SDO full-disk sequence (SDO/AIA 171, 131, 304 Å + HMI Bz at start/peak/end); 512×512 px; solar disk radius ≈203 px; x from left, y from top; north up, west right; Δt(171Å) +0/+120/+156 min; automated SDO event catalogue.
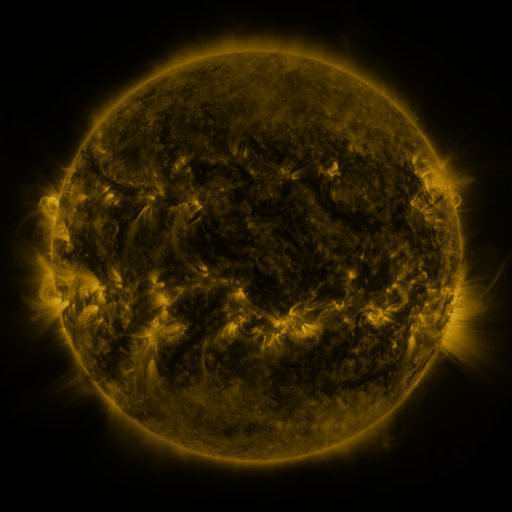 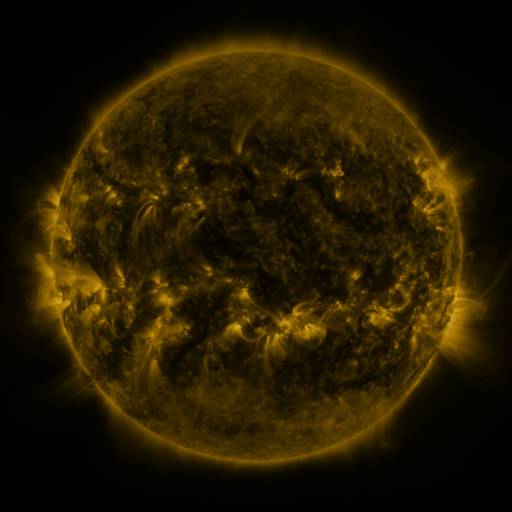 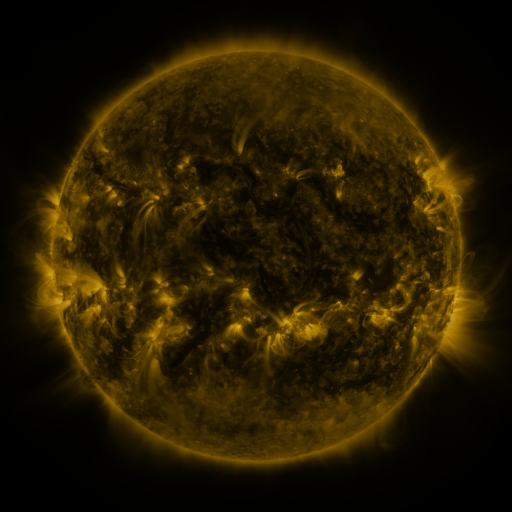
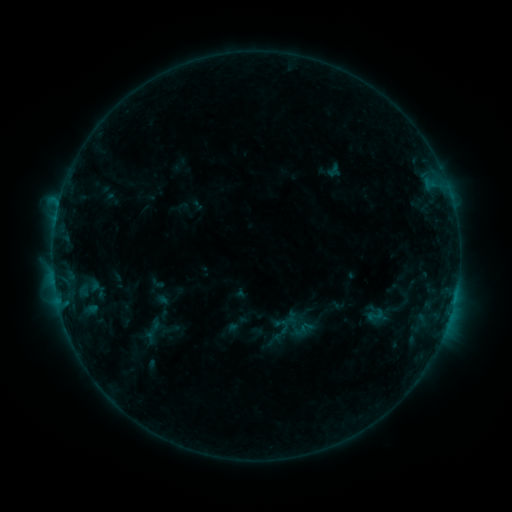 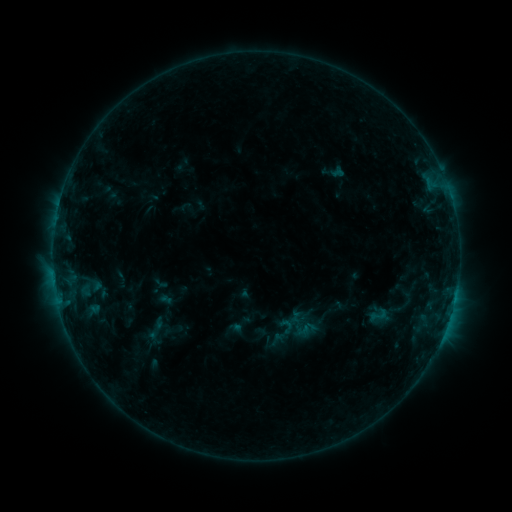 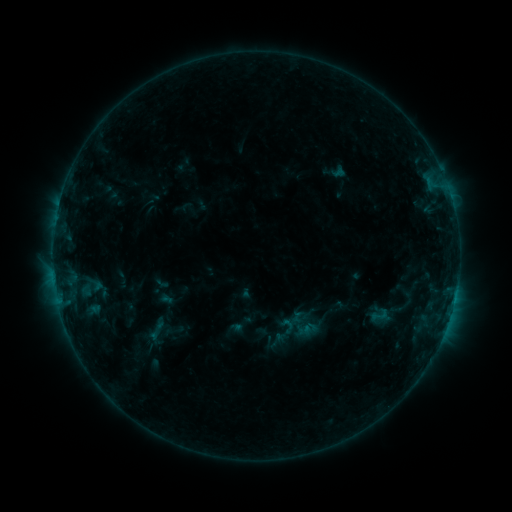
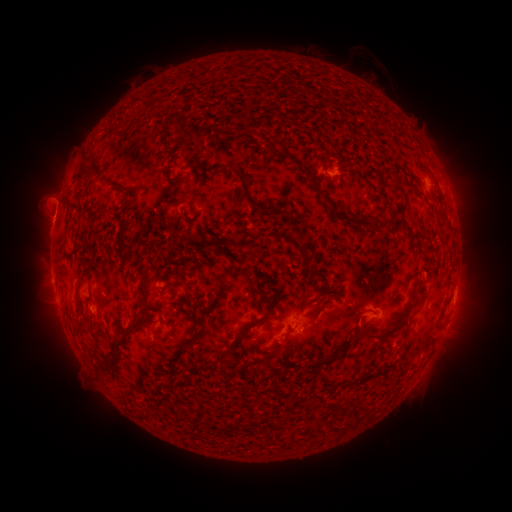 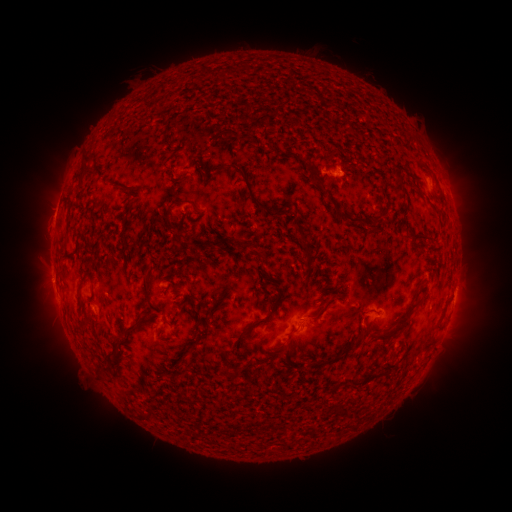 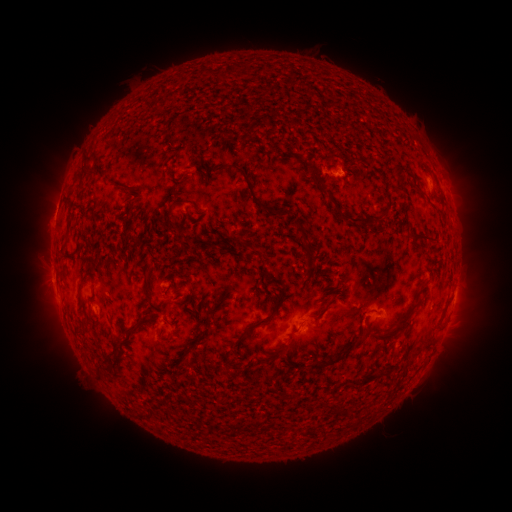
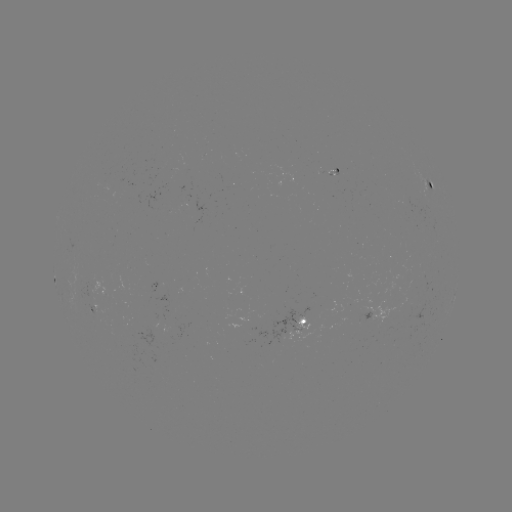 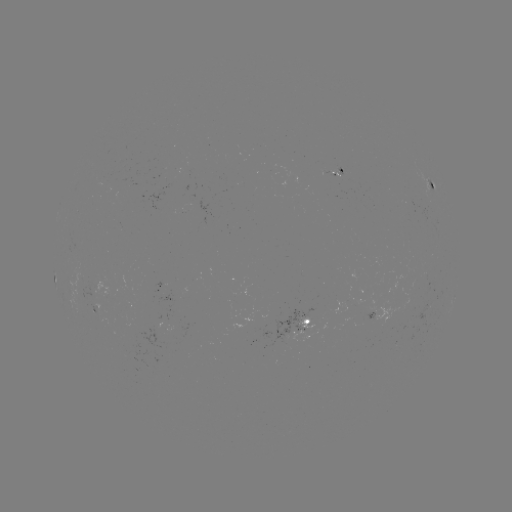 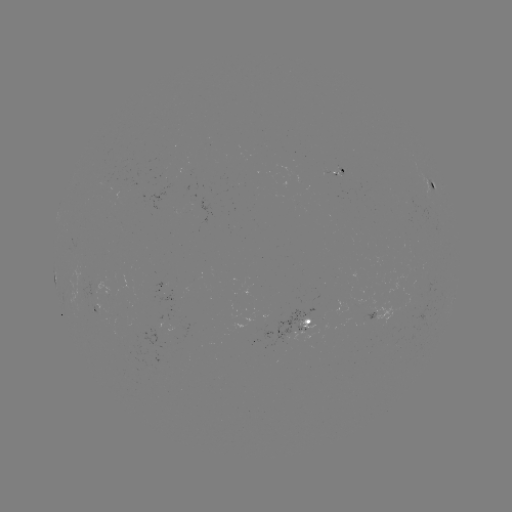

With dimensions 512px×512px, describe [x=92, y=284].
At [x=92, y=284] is emerging-flux region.